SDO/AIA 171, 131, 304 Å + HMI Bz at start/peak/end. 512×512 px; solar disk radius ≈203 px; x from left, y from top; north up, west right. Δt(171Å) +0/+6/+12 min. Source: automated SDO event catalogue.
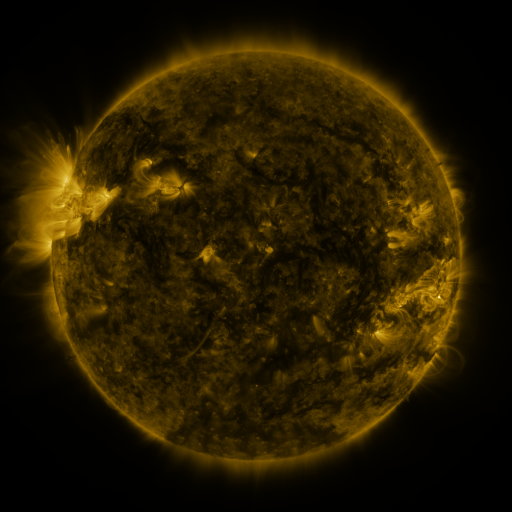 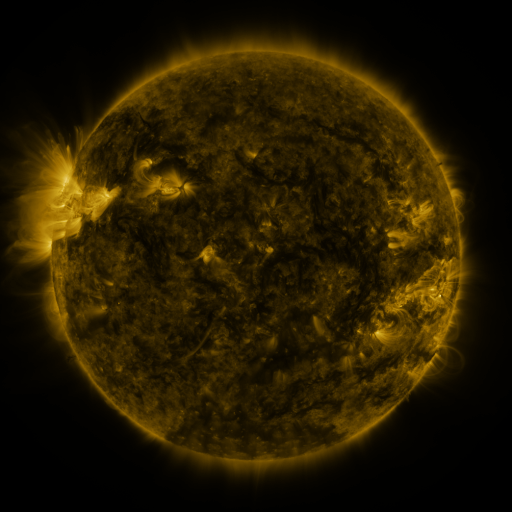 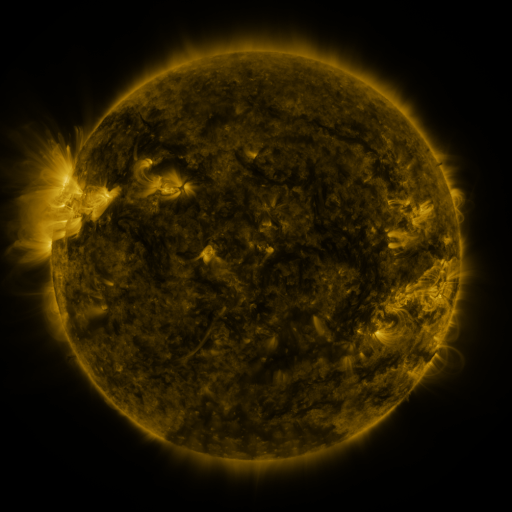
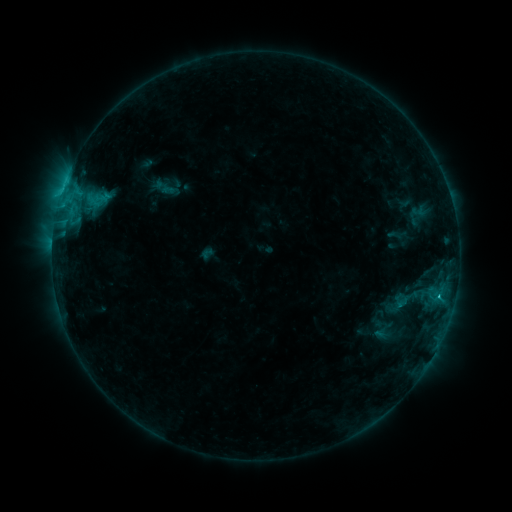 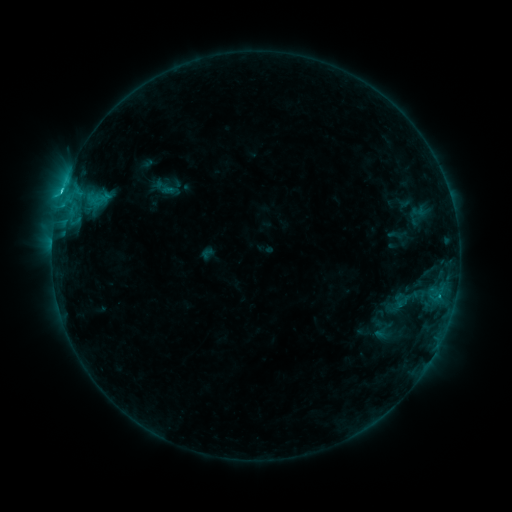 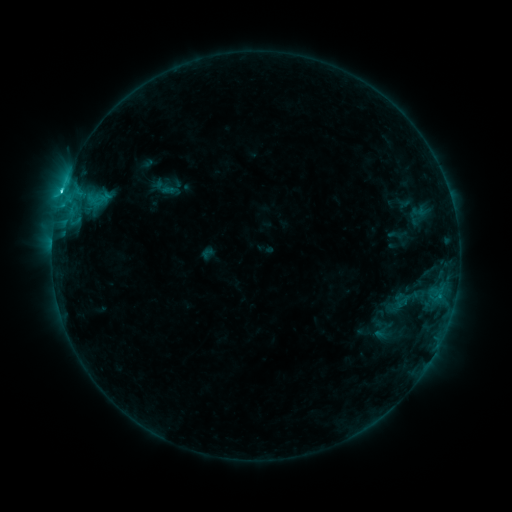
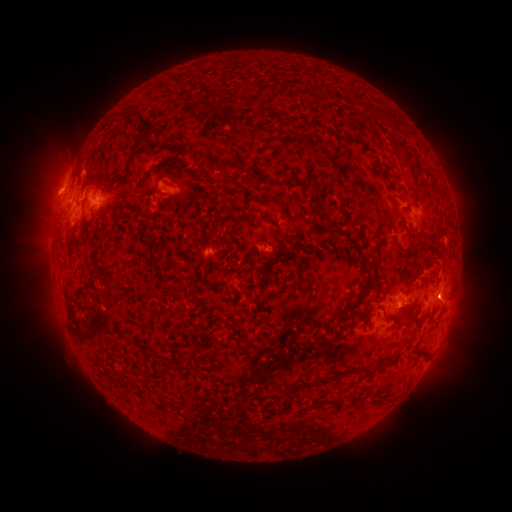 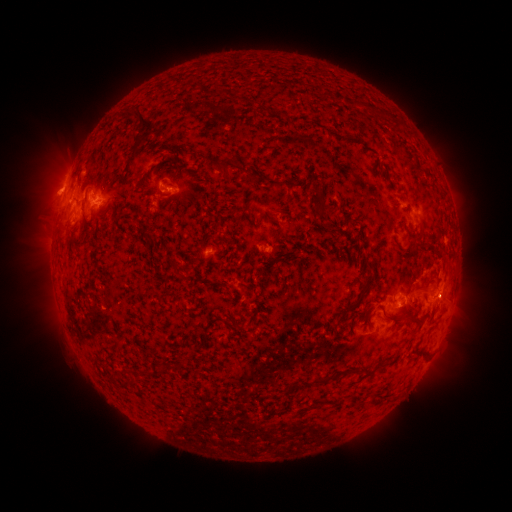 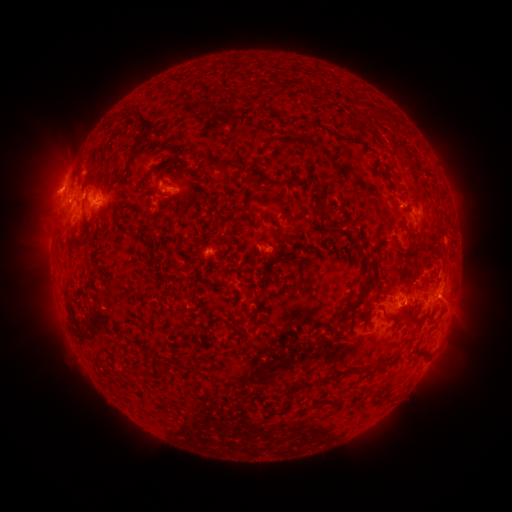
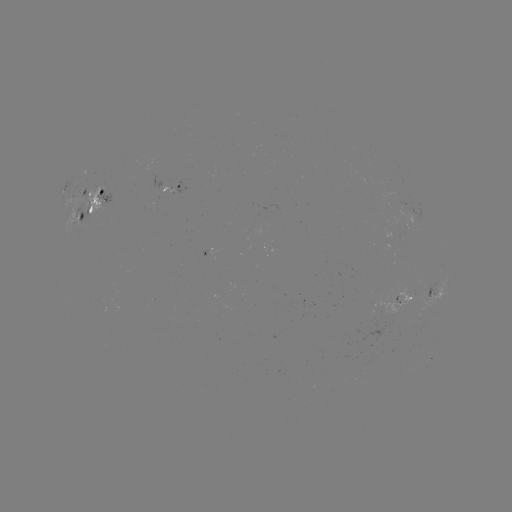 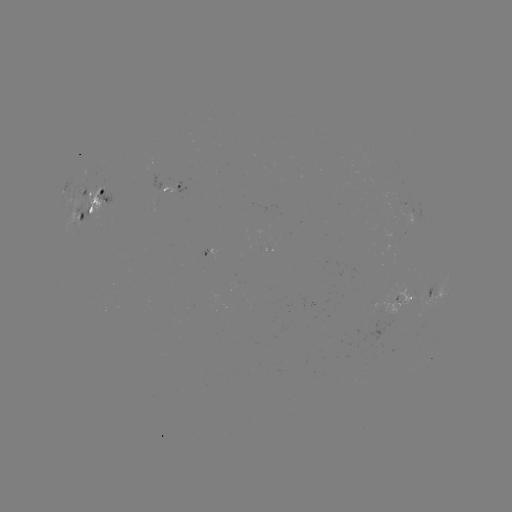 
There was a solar flare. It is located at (172, 192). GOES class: C4.3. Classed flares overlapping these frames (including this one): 1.